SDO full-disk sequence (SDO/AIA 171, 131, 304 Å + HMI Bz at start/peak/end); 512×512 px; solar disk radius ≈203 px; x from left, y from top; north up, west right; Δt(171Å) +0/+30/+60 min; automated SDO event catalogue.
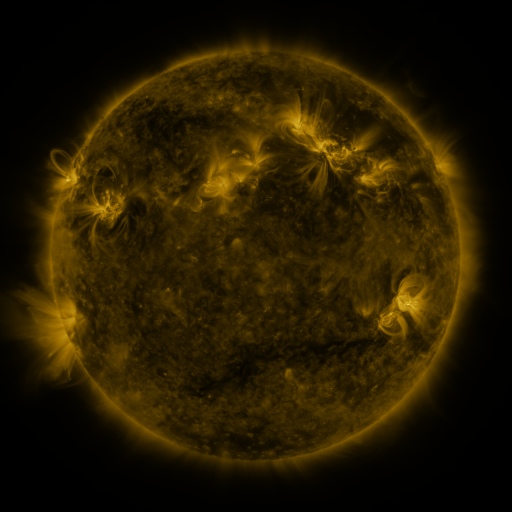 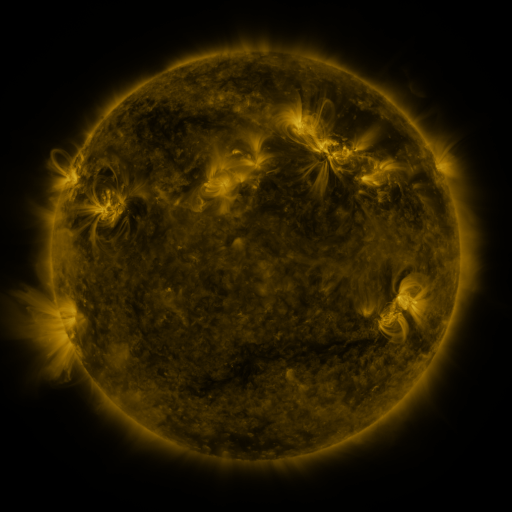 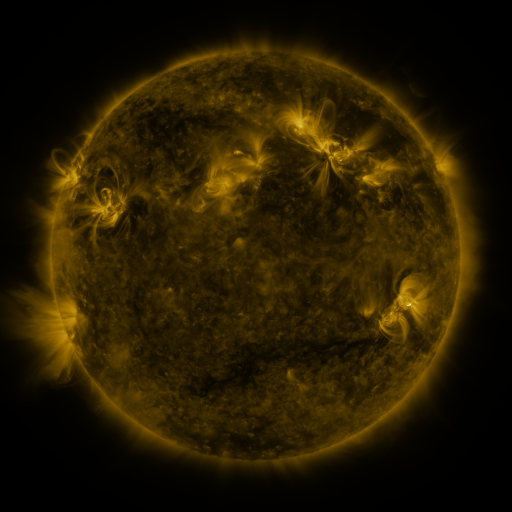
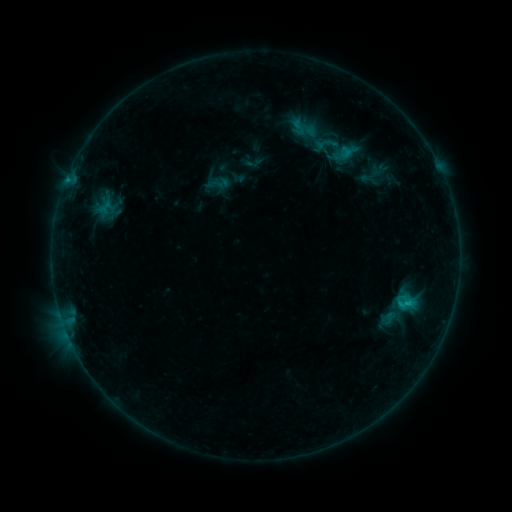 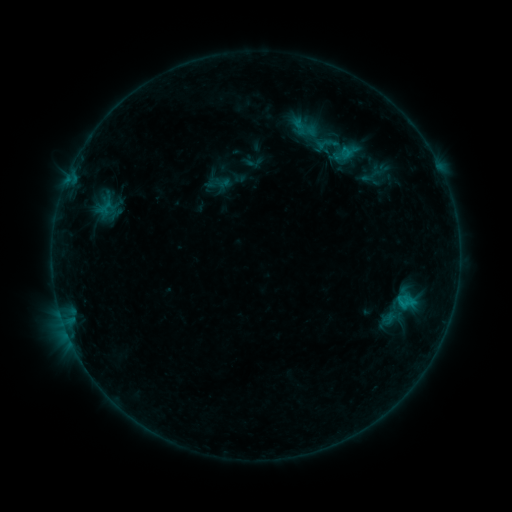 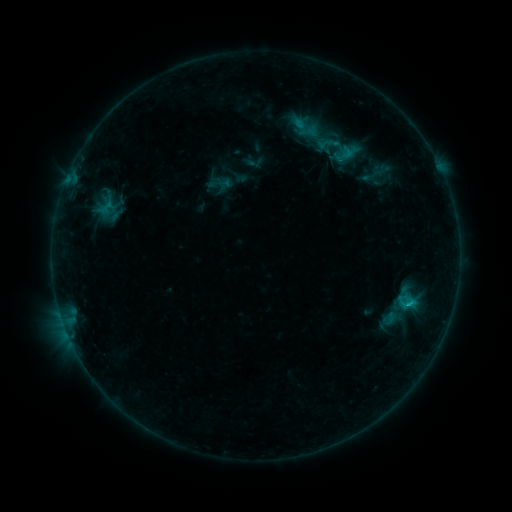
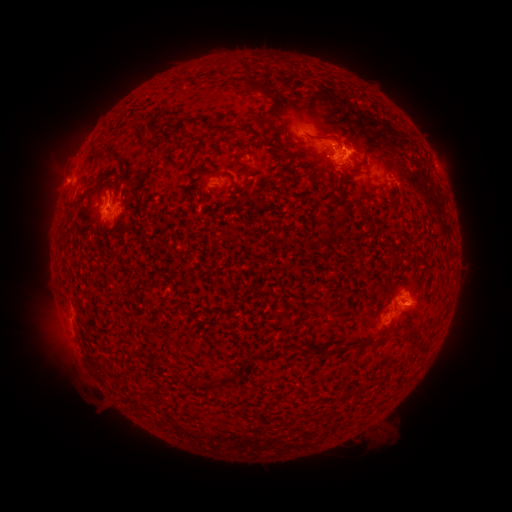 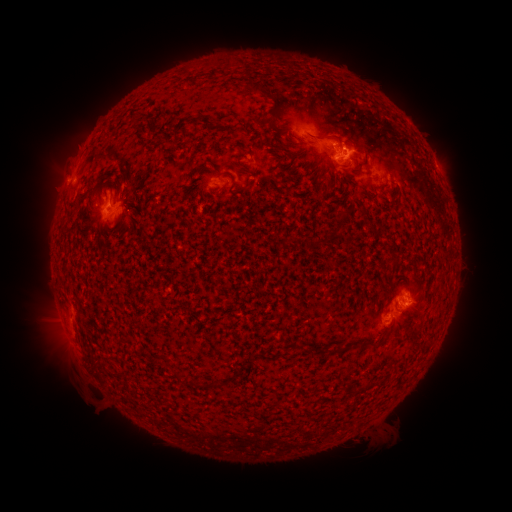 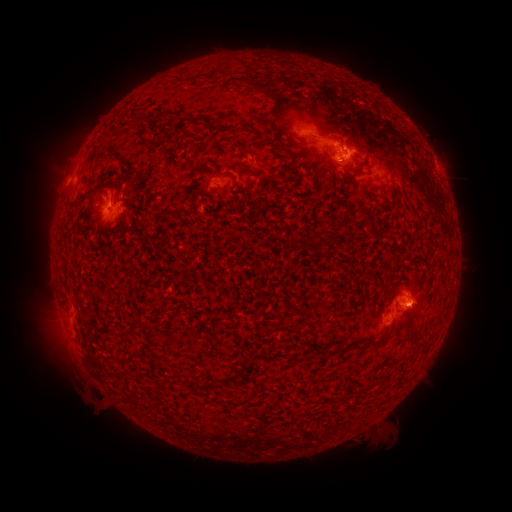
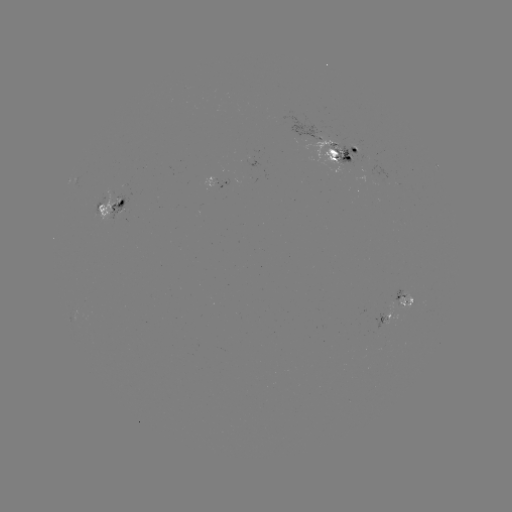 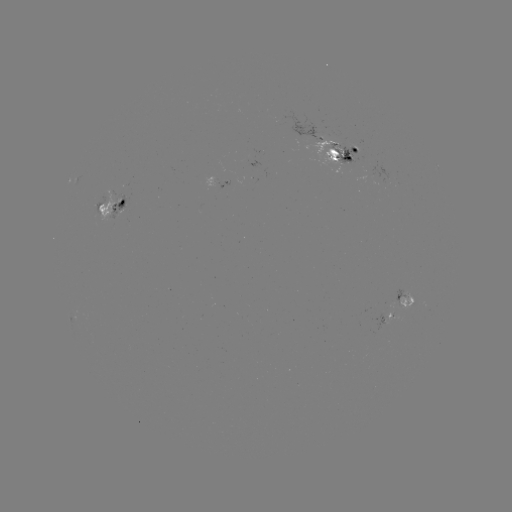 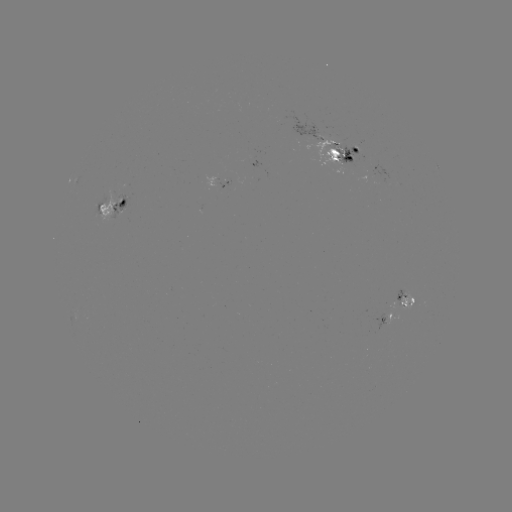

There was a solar emerging-flux region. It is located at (112, 212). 